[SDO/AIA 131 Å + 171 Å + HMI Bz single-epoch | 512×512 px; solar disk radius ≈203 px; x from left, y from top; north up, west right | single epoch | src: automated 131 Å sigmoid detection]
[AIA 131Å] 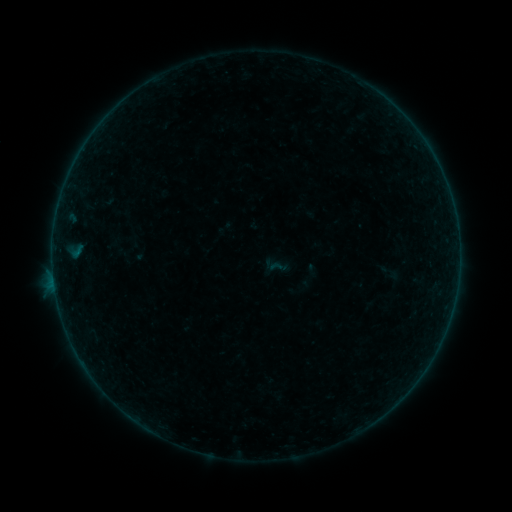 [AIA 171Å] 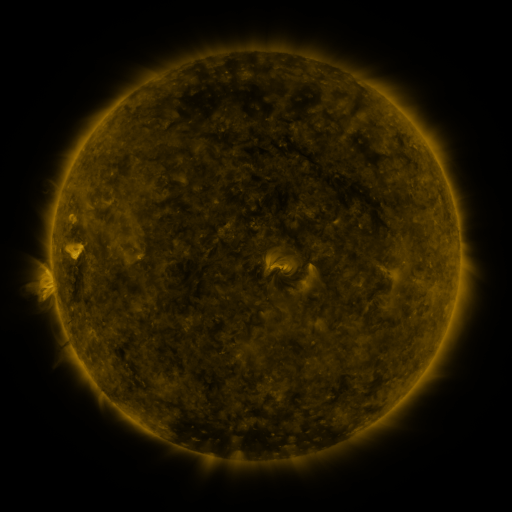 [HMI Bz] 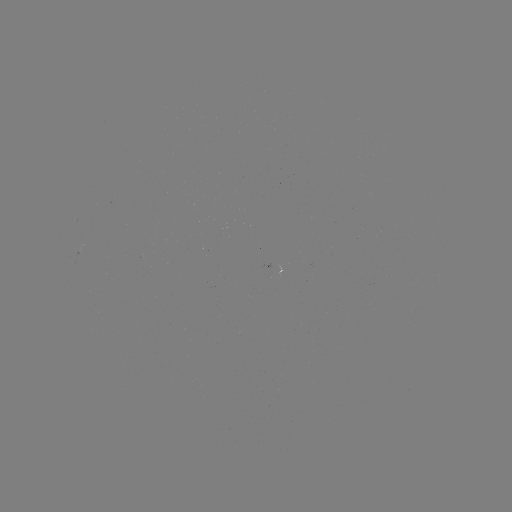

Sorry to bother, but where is sigmoid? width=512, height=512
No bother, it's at (278, 267).